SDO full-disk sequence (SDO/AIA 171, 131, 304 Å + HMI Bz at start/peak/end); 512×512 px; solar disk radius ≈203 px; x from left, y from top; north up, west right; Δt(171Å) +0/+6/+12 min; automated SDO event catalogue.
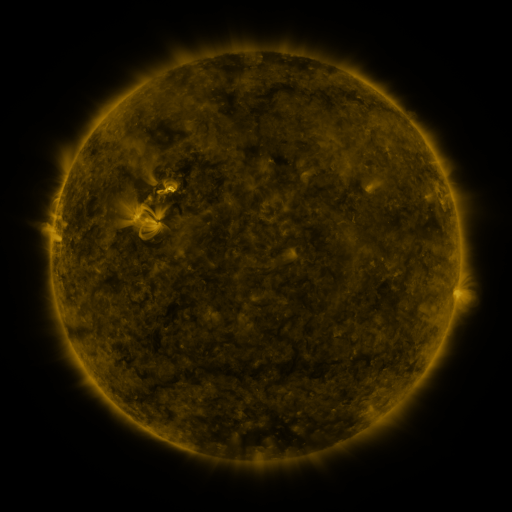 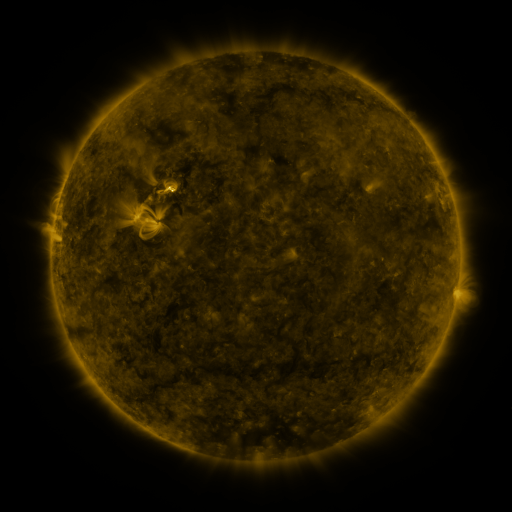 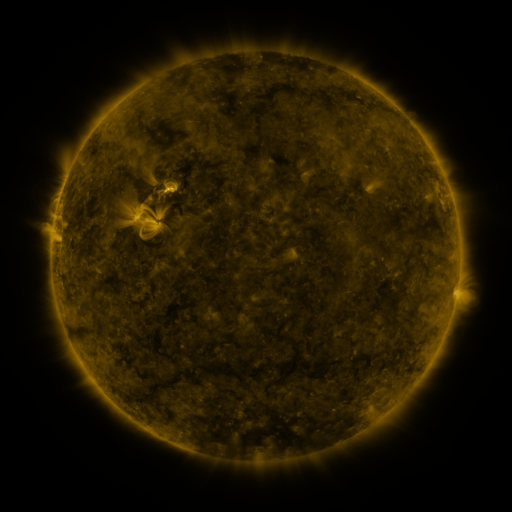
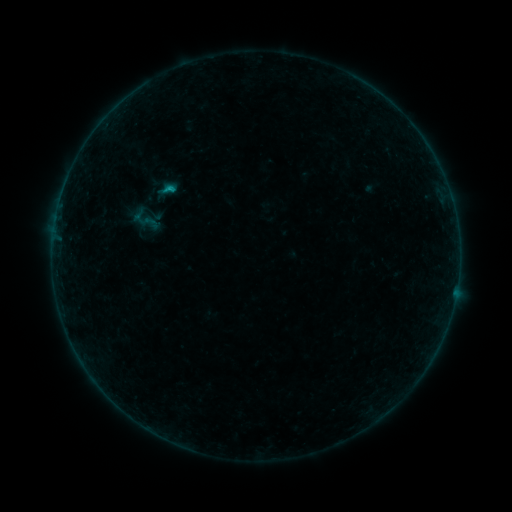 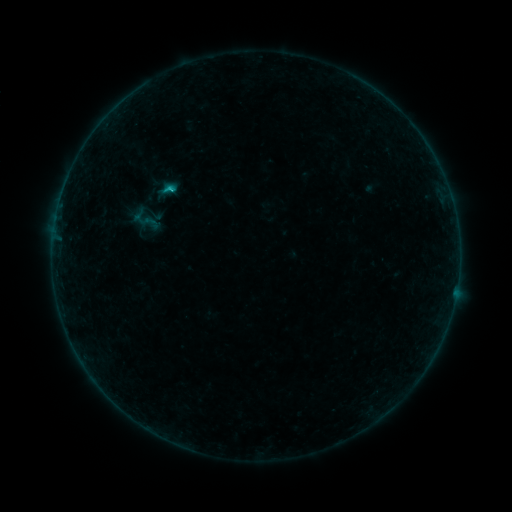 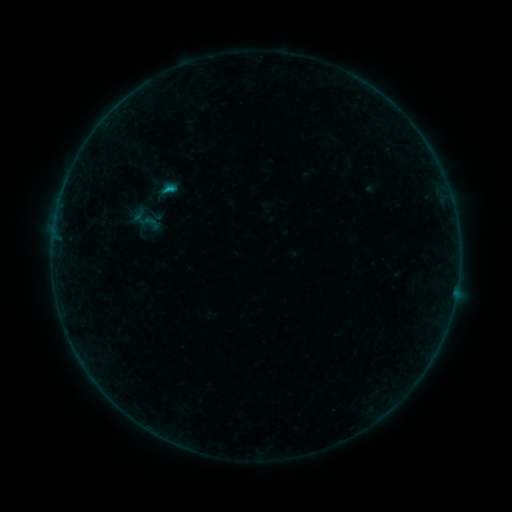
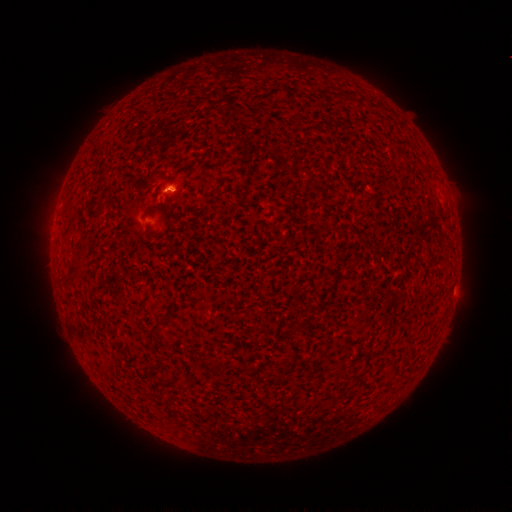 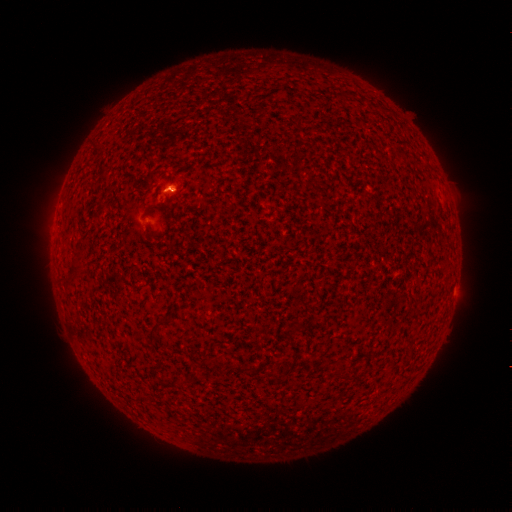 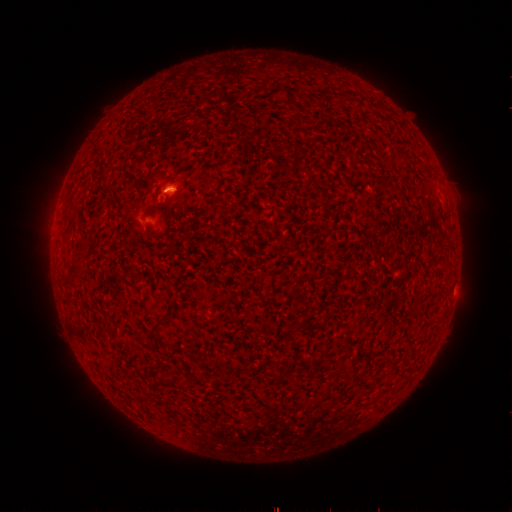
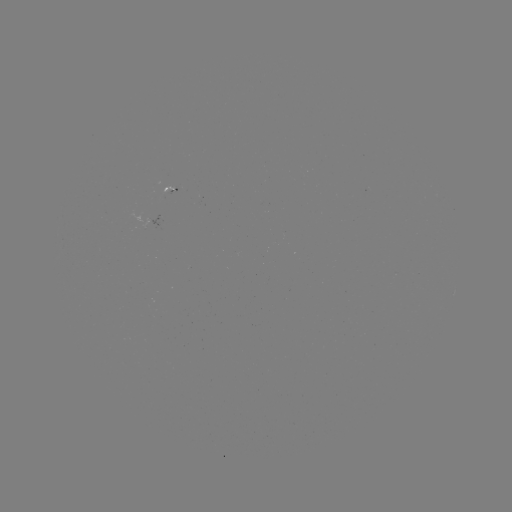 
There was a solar flare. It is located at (168, 190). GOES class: C1.3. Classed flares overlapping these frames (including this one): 1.